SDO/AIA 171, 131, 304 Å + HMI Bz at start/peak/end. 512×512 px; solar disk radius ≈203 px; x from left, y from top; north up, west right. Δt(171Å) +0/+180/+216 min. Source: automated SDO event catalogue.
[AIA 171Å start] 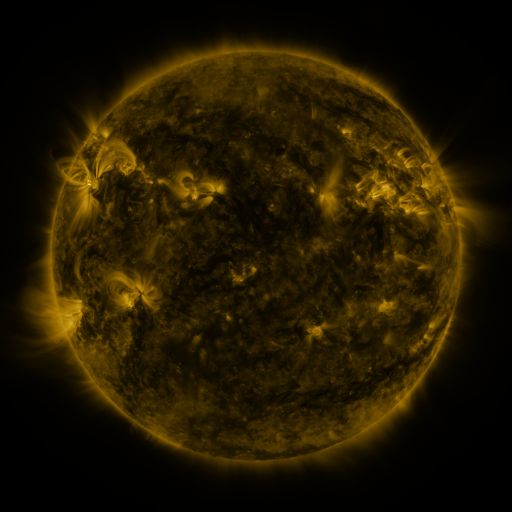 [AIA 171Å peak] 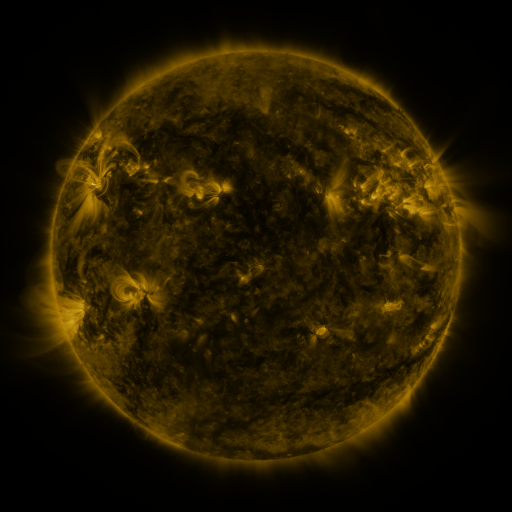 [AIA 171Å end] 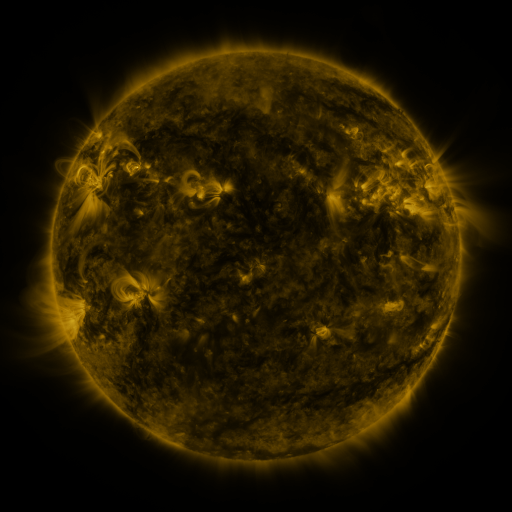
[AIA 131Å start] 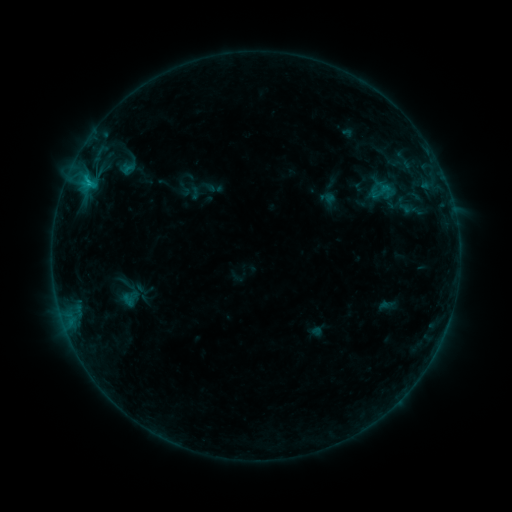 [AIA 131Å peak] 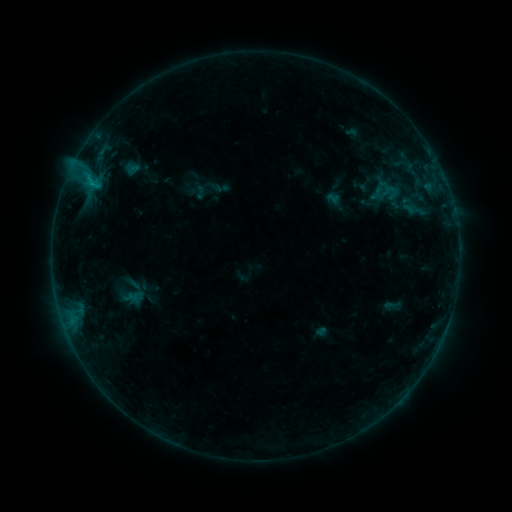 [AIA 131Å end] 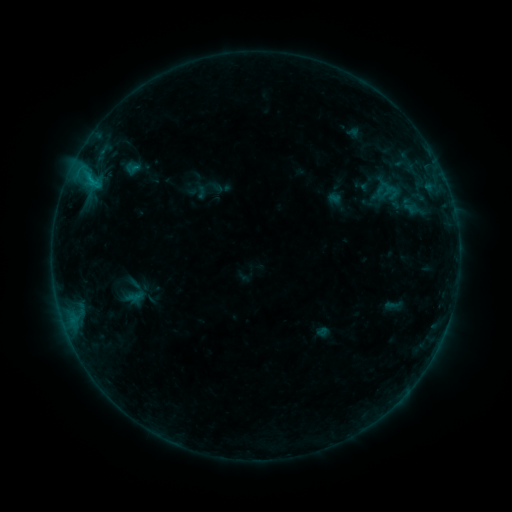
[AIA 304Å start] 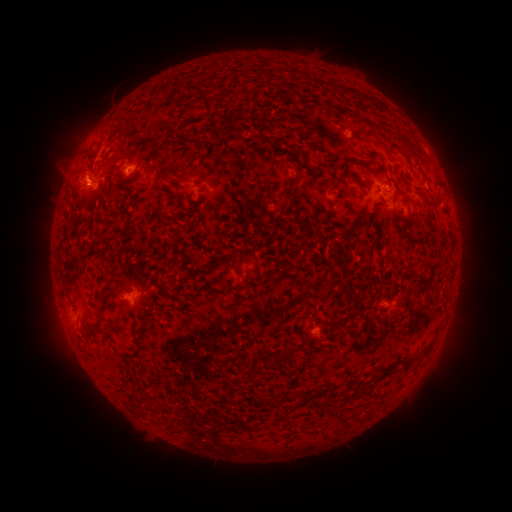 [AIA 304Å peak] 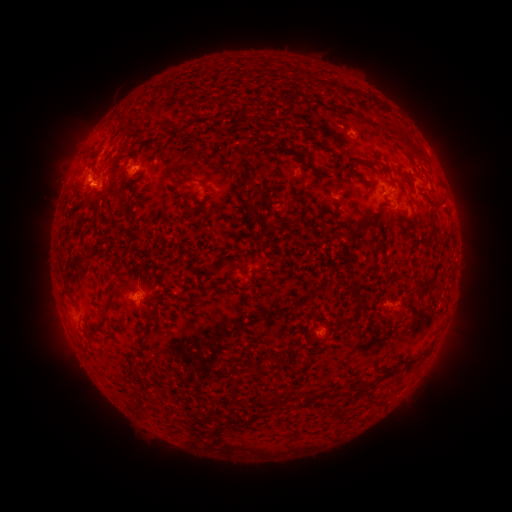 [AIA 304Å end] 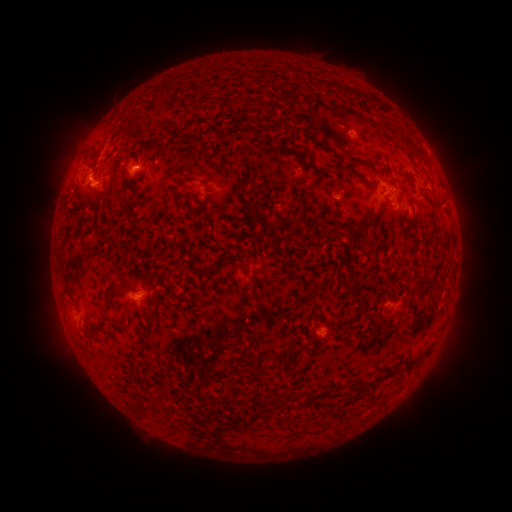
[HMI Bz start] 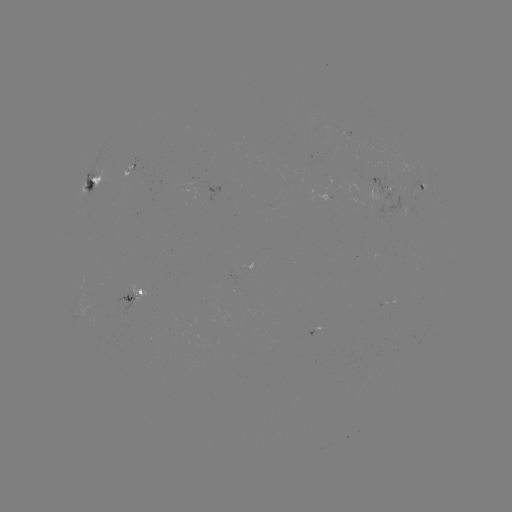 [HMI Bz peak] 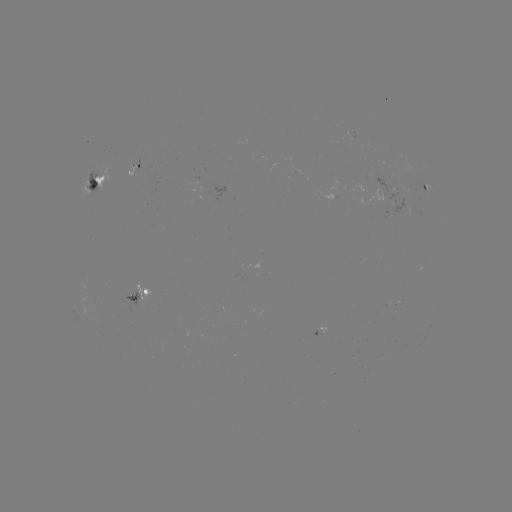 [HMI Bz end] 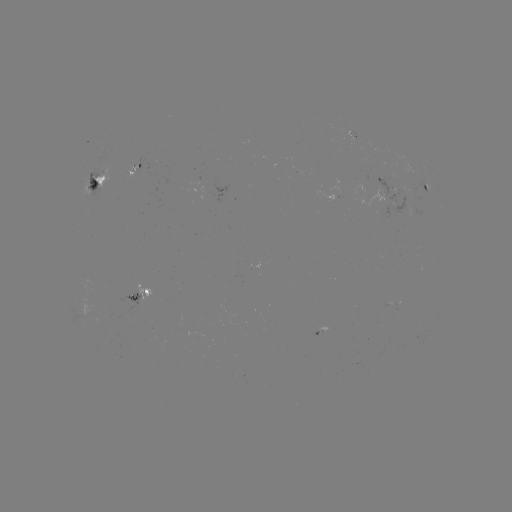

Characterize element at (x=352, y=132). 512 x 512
emerging-flux region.